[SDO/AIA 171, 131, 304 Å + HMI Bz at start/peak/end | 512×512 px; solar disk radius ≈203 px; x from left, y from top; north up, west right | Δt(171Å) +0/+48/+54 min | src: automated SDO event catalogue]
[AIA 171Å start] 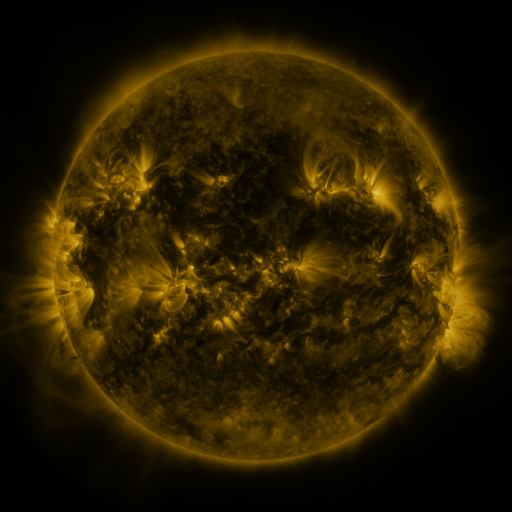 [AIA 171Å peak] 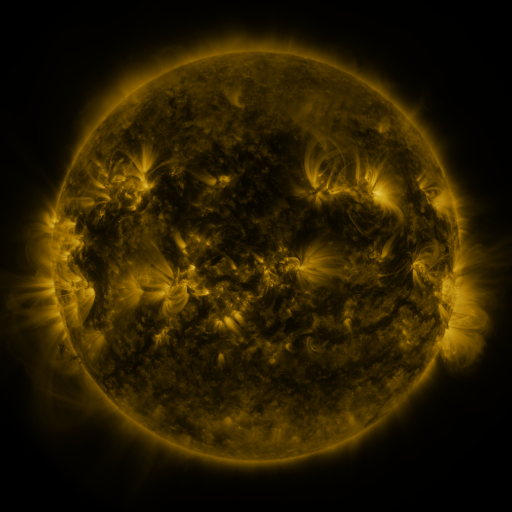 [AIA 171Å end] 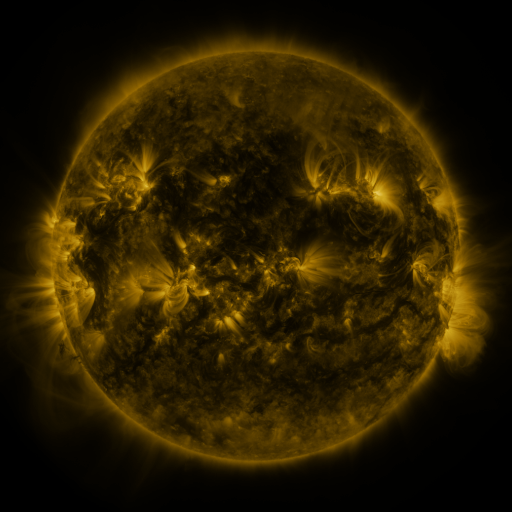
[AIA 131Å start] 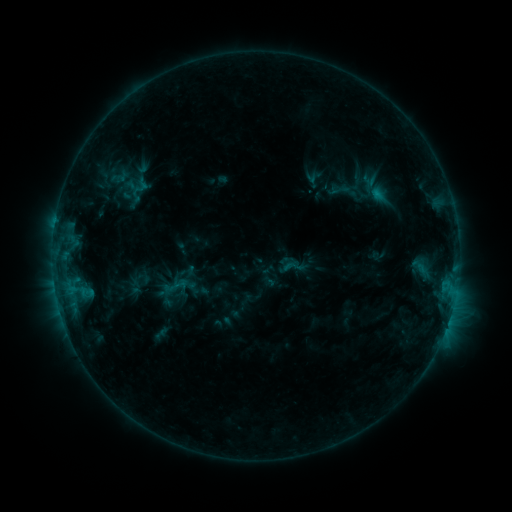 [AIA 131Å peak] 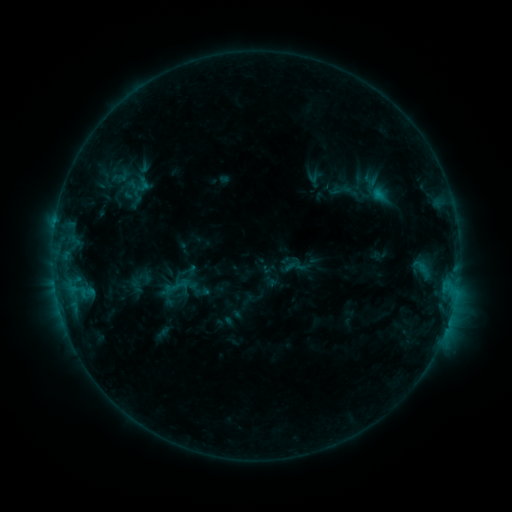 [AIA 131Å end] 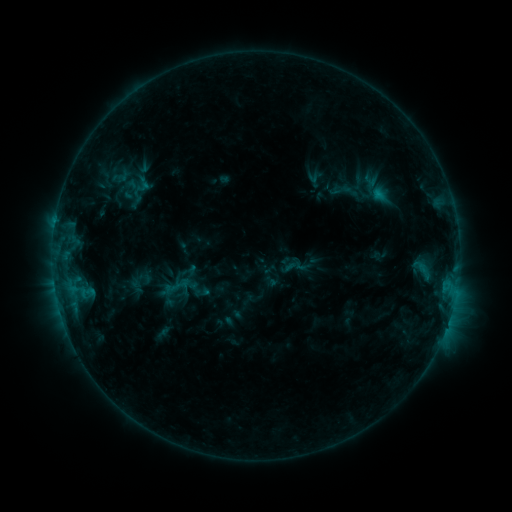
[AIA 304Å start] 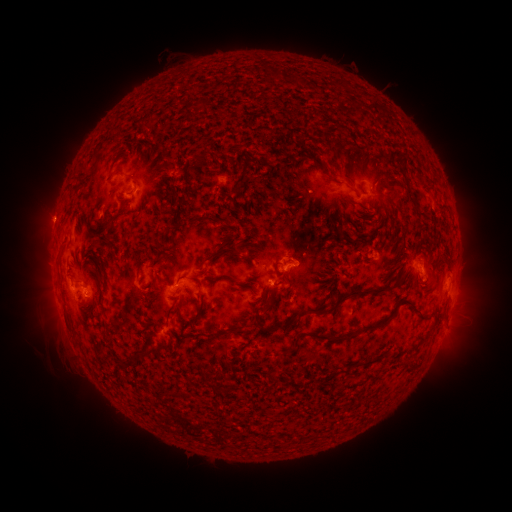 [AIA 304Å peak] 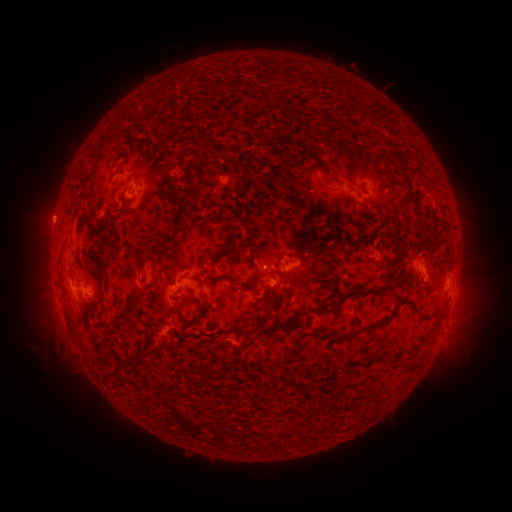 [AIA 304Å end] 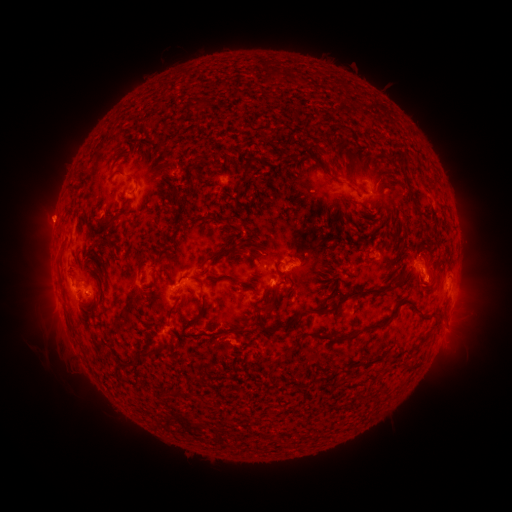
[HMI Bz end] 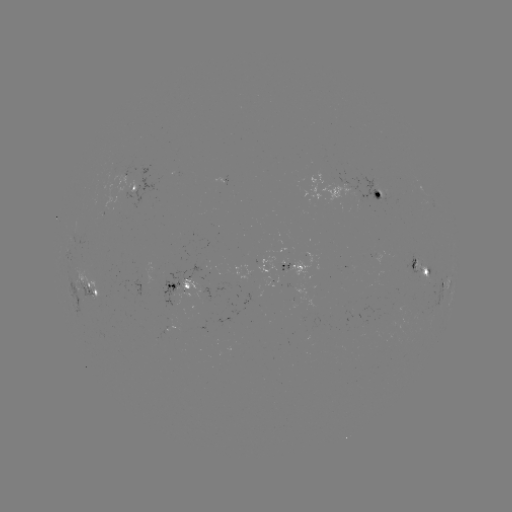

no classed flare was catalogued and no EUV brightening was flagged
